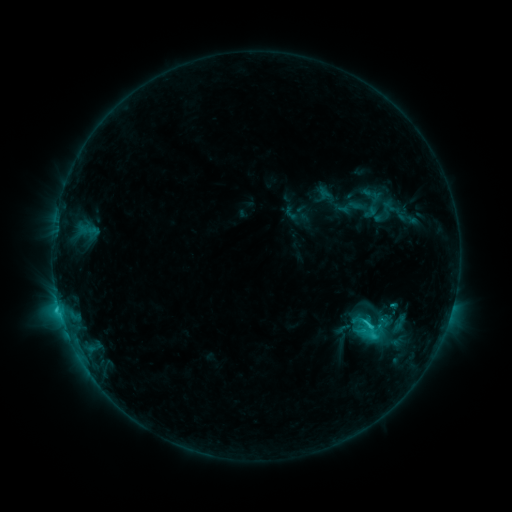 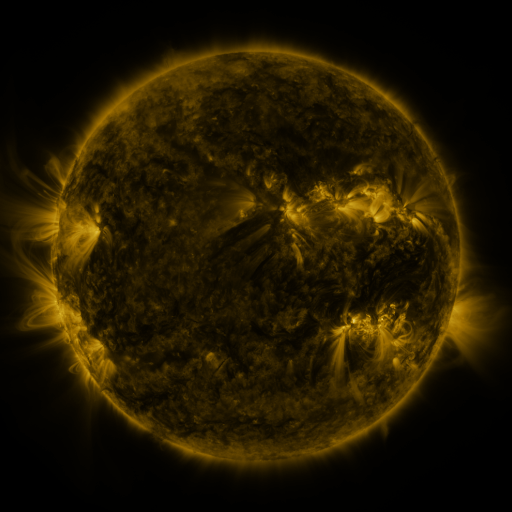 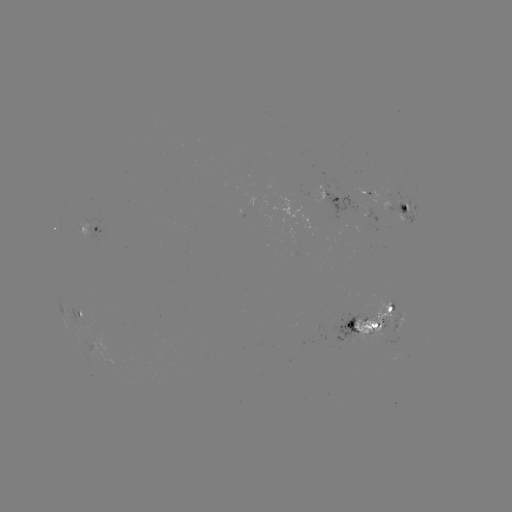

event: sigmoid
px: (372, 326)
